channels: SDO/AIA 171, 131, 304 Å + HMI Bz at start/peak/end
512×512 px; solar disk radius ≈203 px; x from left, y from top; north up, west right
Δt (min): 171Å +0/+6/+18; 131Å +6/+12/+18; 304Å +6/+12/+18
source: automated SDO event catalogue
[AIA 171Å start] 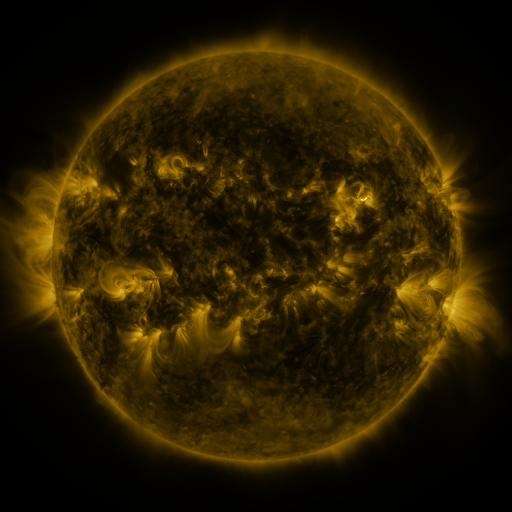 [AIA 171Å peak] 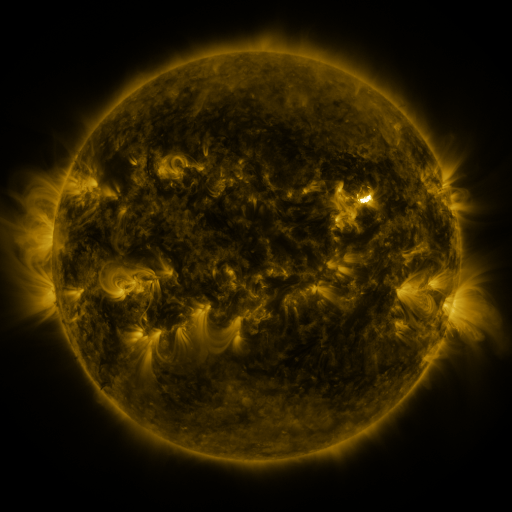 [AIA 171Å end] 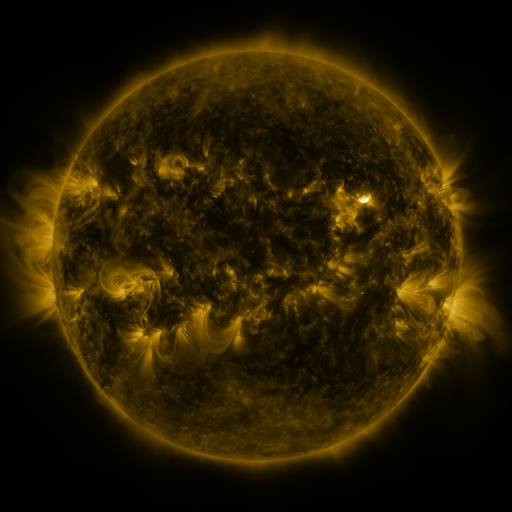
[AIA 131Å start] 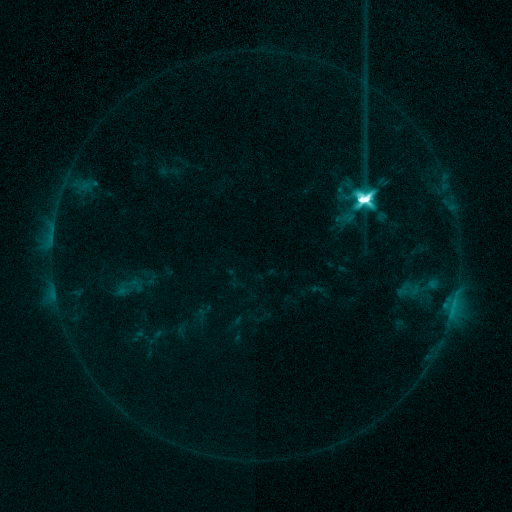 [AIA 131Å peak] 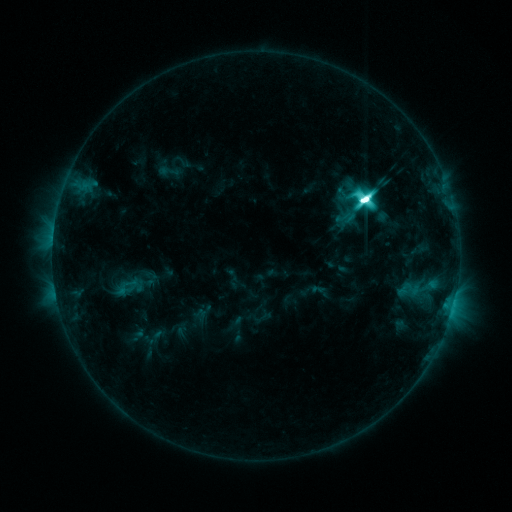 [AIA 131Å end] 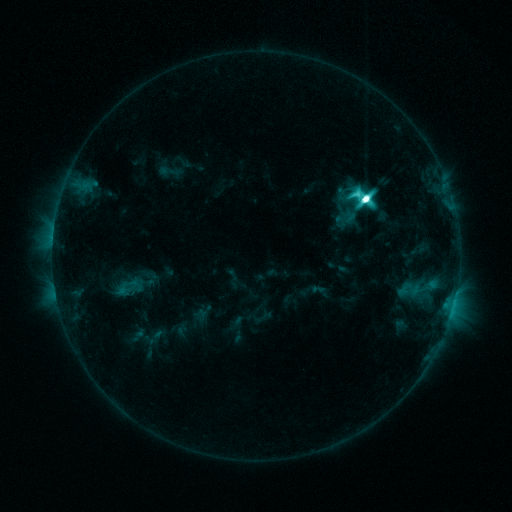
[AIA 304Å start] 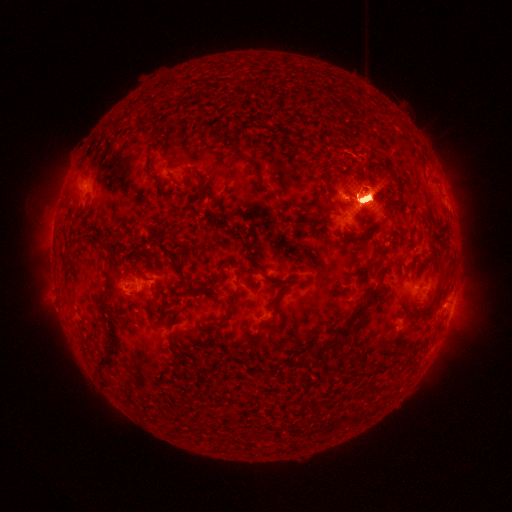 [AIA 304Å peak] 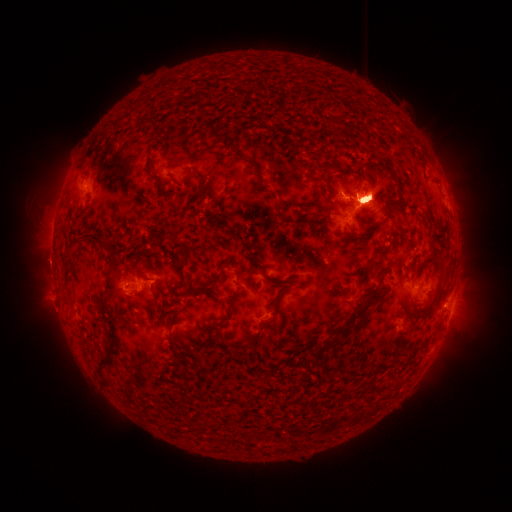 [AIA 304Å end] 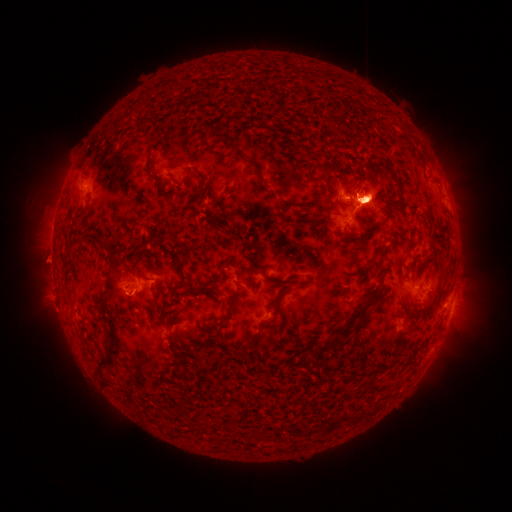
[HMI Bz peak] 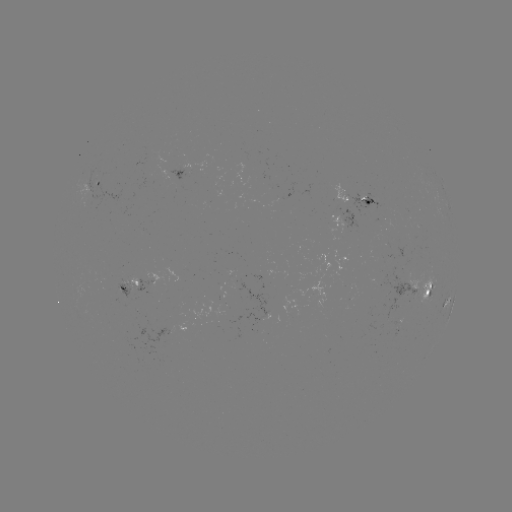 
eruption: <bbox>18, 145, 120, 351</bbox>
